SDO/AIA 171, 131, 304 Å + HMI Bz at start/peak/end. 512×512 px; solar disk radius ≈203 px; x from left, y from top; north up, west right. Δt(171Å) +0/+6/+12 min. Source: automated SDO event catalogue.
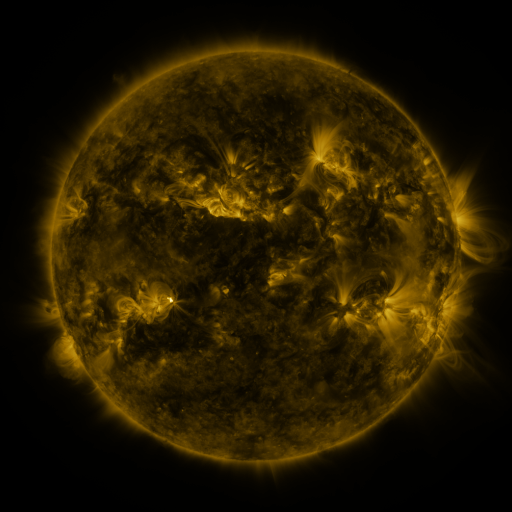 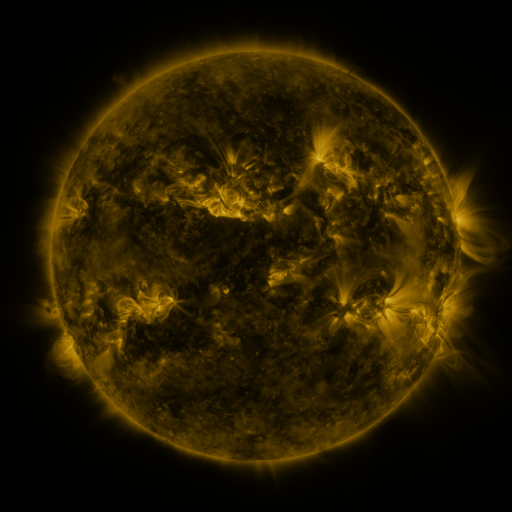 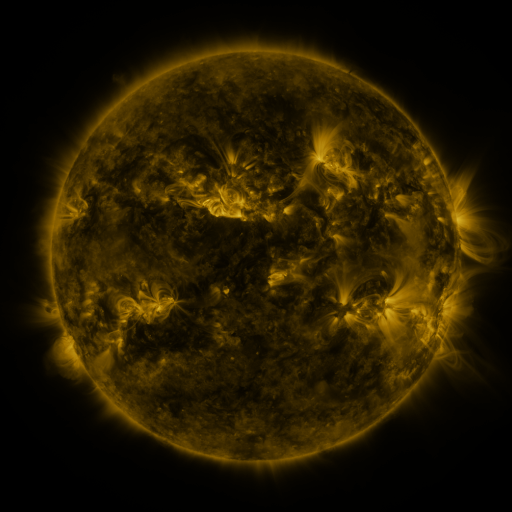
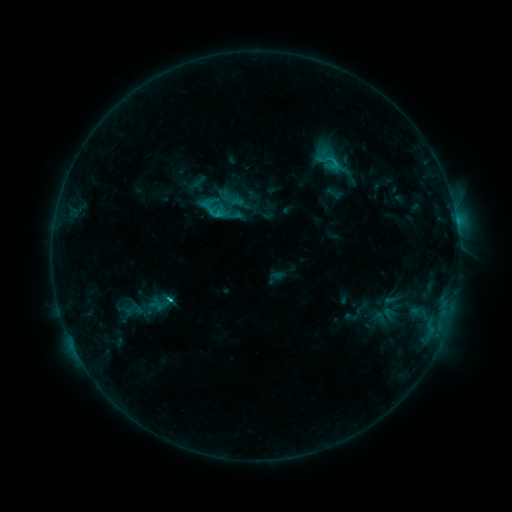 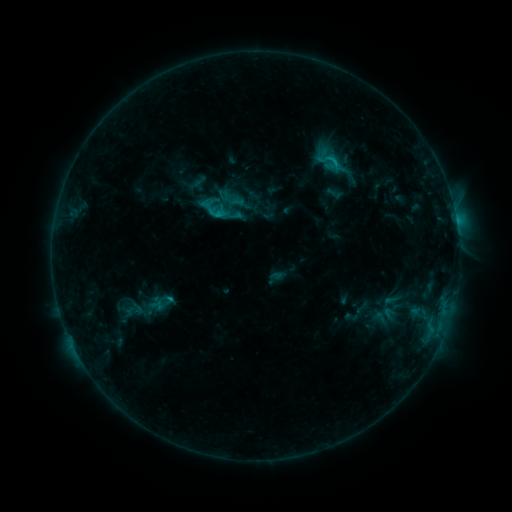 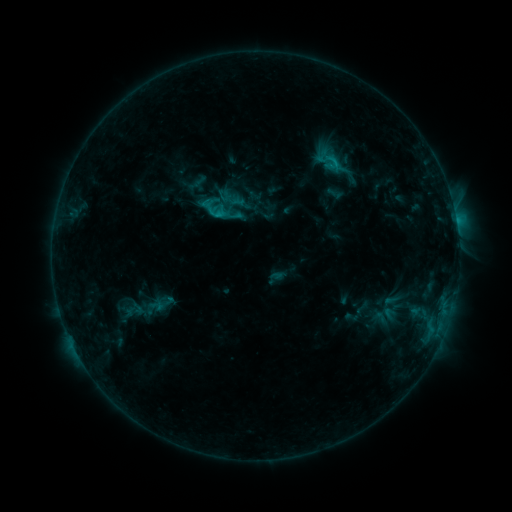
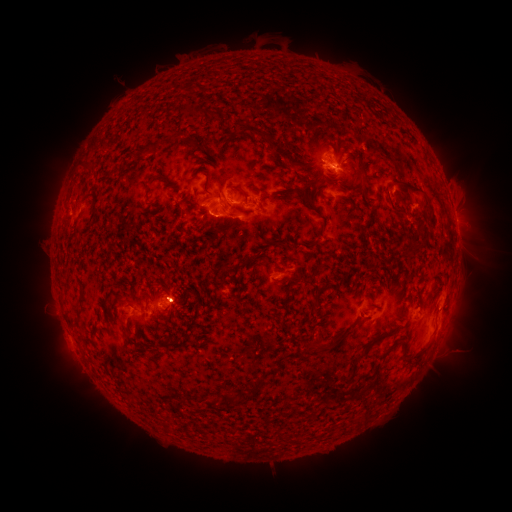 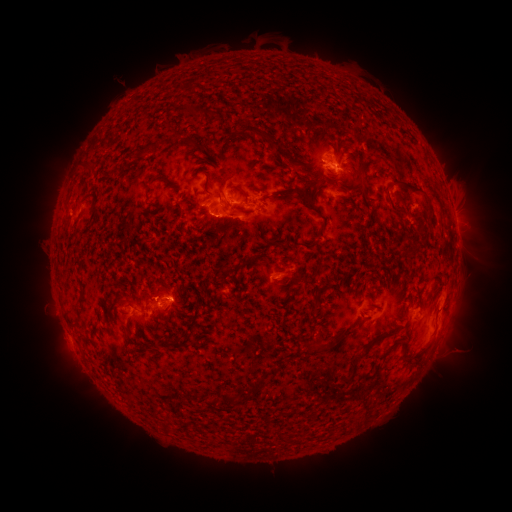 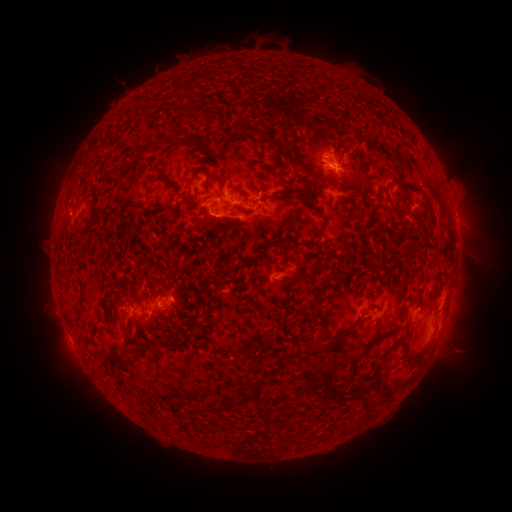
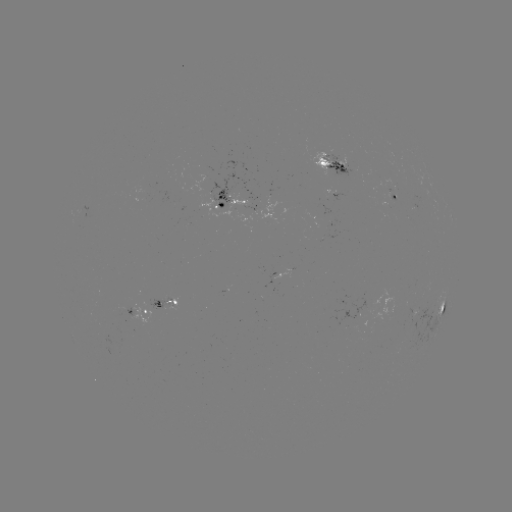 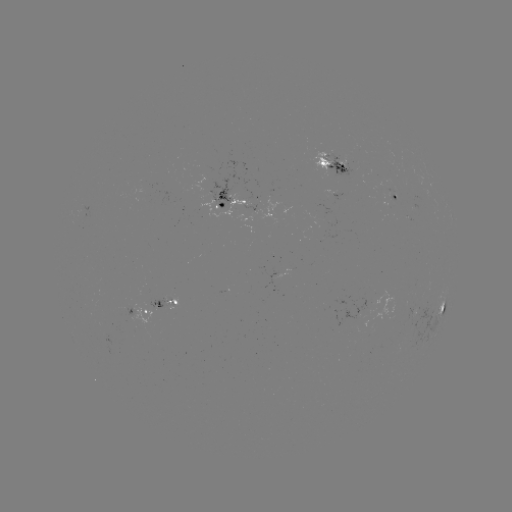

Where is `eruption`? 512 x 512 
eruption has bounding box [118, 264, 211, 348].